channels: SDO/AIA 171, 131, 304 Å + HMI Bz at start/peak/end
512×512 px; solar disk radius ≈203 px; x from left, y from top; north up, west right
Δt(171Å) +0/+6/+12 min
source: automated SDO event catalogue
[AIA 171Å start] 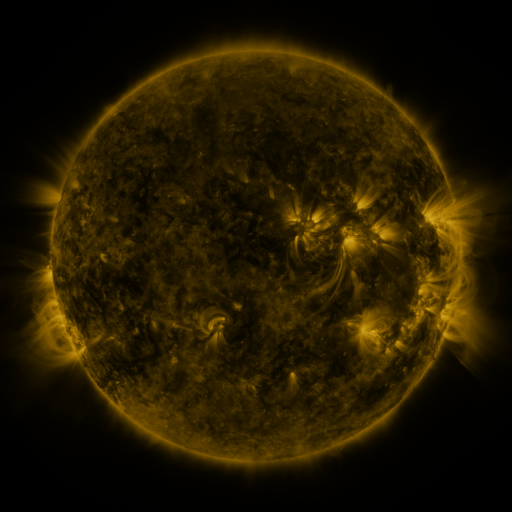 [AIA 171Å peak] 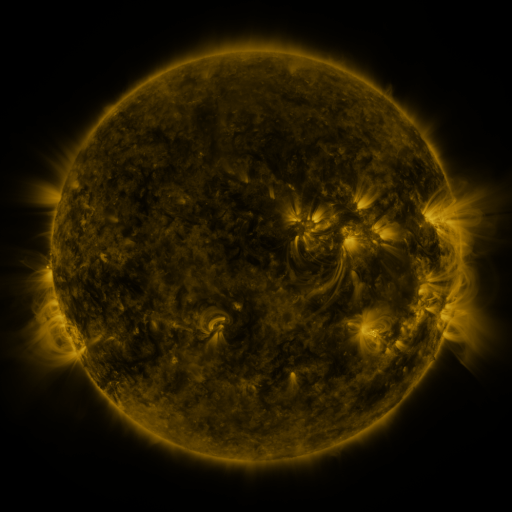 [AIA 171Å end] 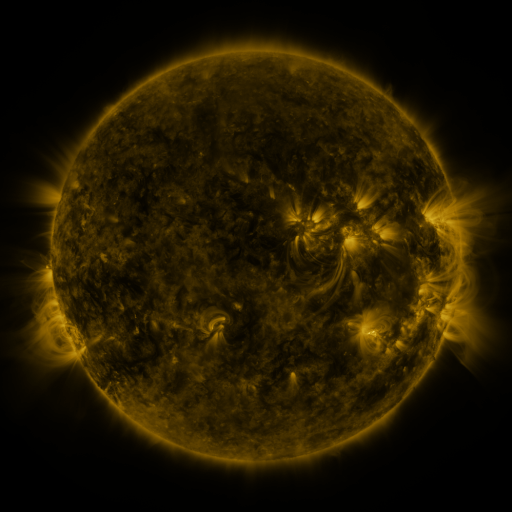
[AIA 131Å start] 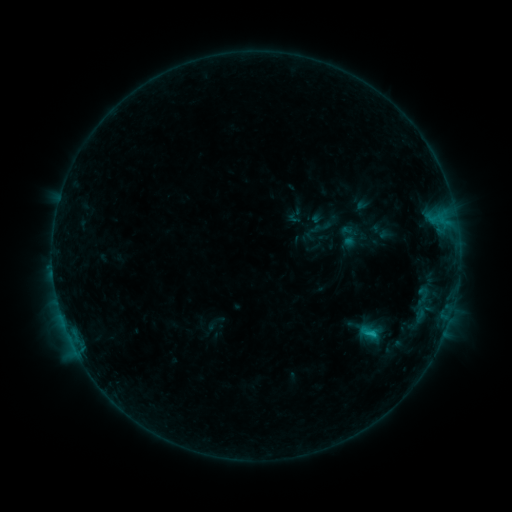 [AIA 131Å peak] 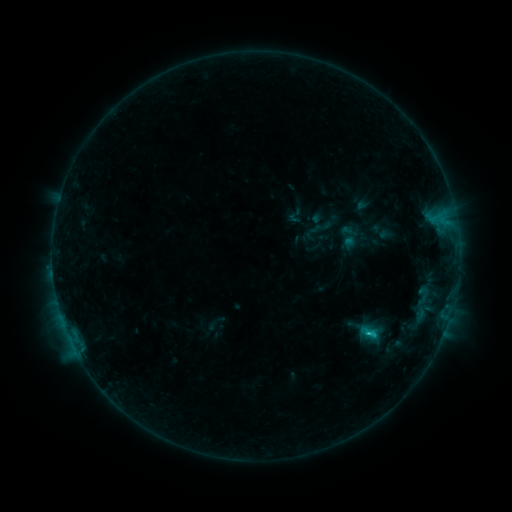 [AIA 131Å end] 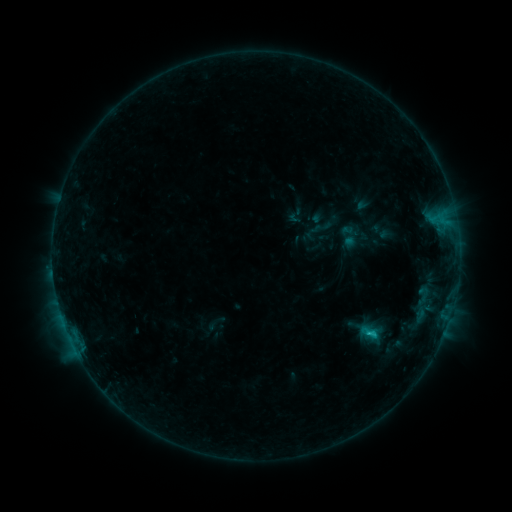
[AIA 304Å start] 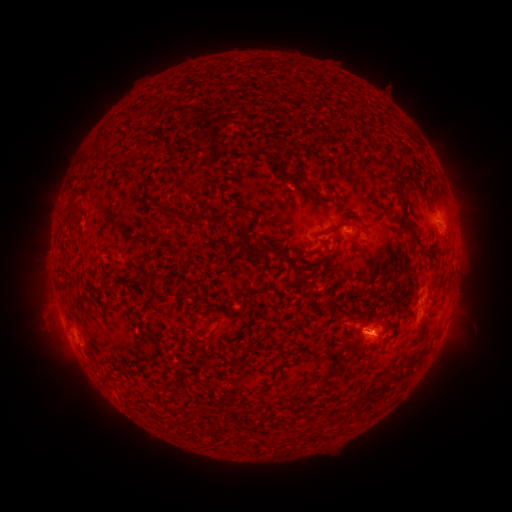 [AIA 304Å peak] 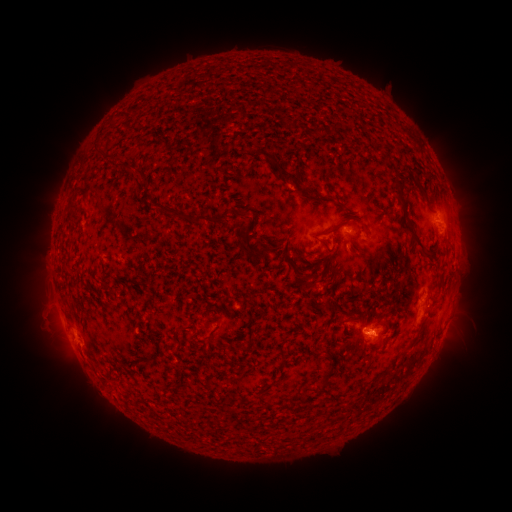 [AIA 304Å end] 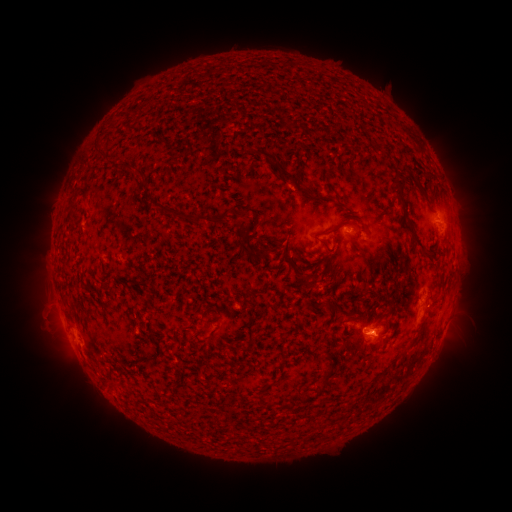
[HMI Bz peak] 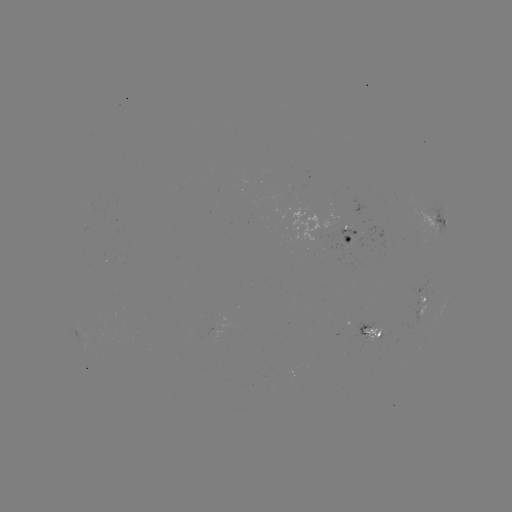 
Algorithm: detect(C1.2 flare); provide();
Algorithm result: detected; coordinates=[368, 331]